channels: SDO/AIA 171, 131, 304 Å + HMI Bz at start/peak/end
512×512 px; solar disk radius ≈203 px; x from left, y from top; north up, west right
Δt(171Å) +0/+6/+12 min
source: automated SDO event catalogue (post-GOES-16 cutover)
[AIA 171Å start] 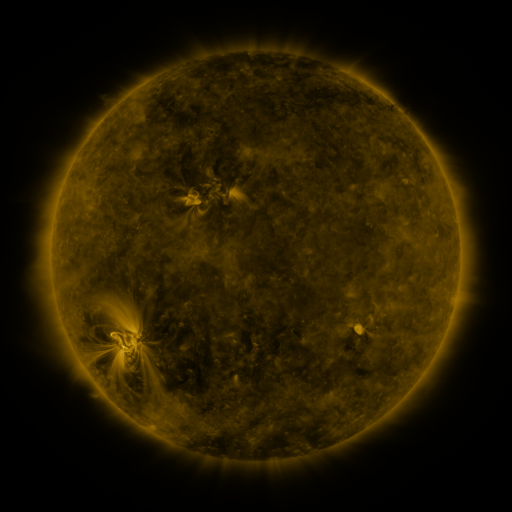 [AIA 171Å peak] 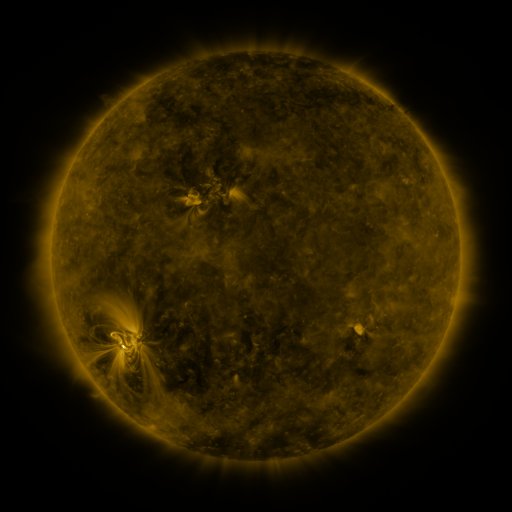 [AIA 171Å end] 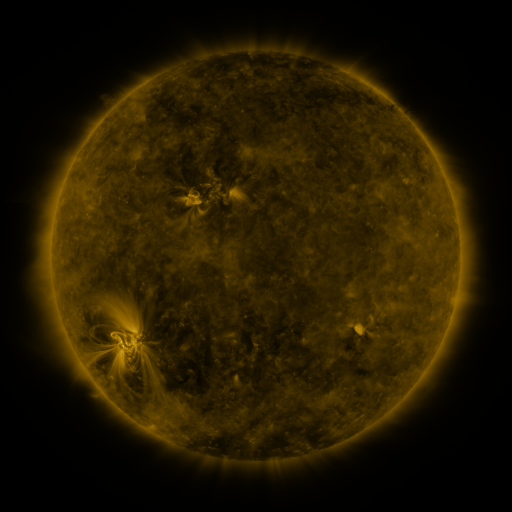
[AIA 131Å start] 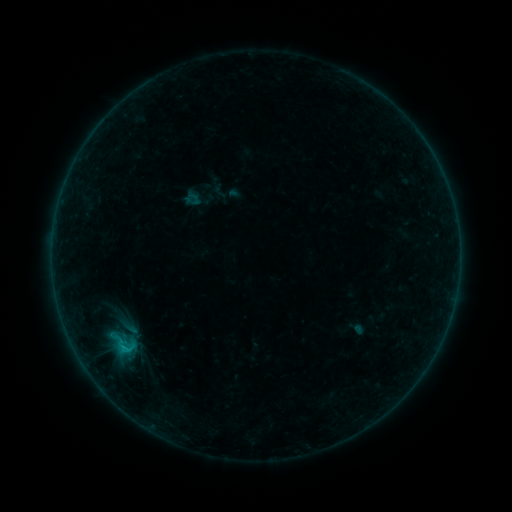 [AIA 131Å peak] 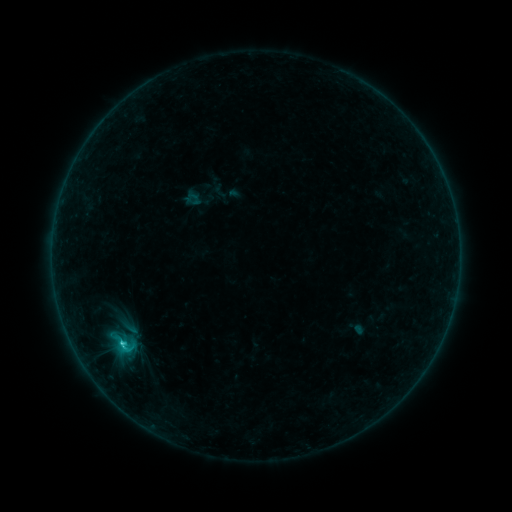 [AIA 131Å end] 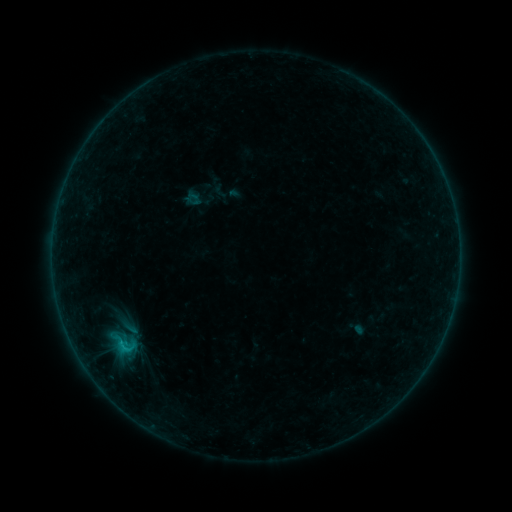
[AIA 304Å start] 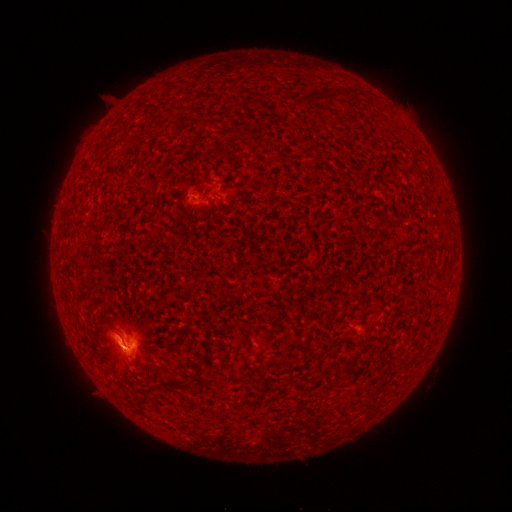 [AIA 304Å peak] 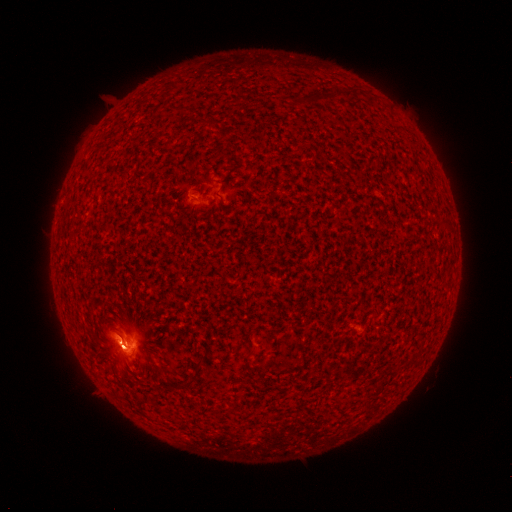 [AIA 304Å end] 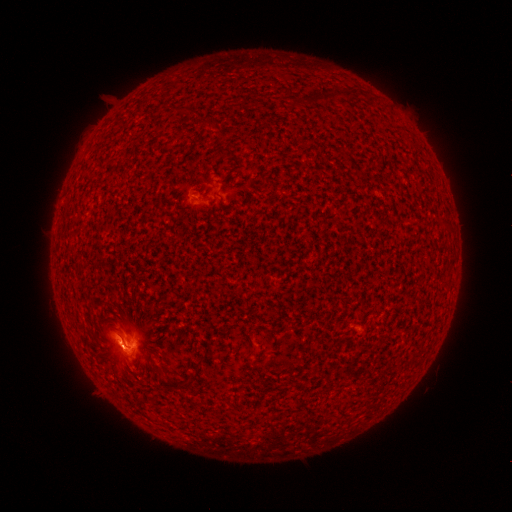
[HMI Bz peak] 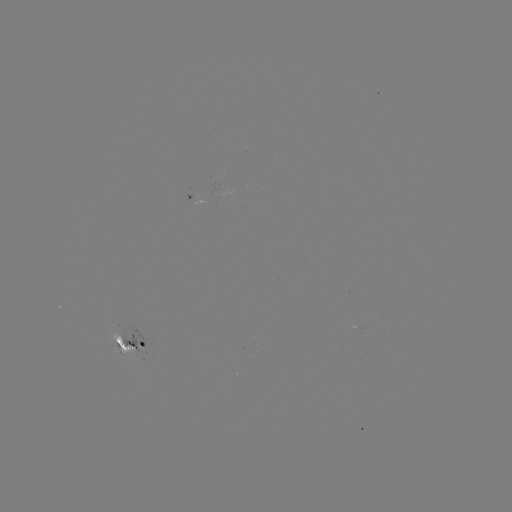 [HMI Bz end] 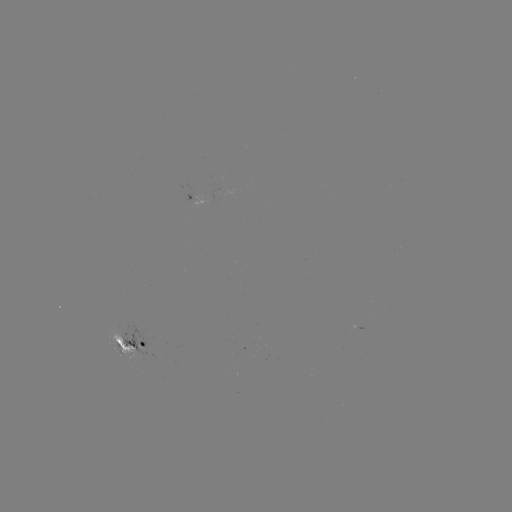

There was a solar flare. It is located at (123, 344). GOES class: C2.0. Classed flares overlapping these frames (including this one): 1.